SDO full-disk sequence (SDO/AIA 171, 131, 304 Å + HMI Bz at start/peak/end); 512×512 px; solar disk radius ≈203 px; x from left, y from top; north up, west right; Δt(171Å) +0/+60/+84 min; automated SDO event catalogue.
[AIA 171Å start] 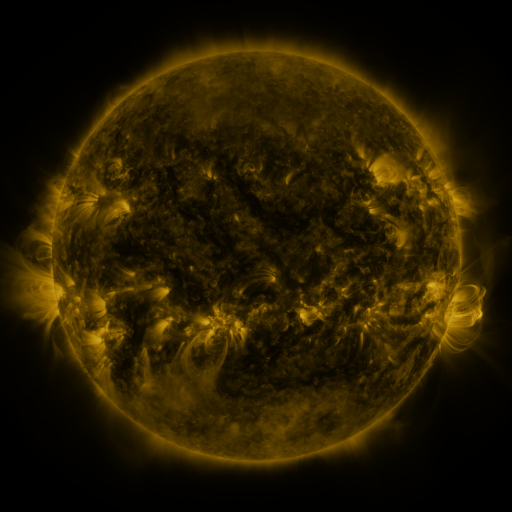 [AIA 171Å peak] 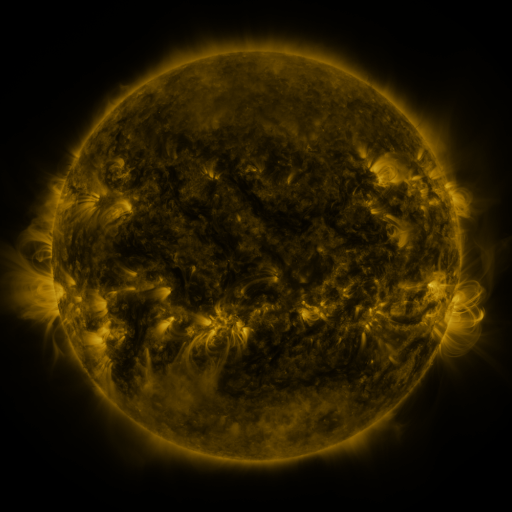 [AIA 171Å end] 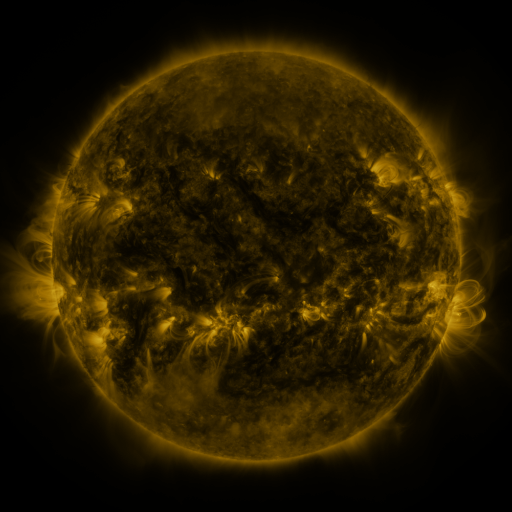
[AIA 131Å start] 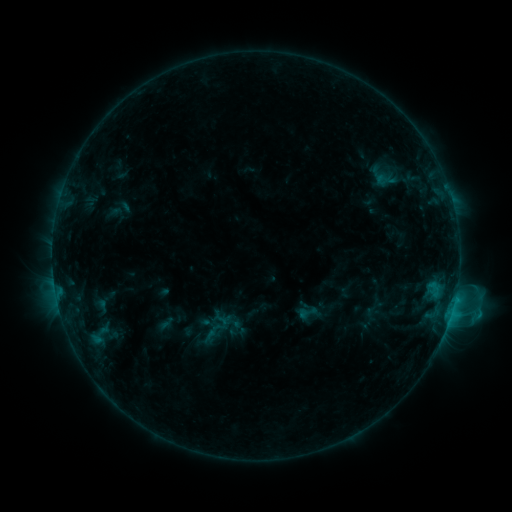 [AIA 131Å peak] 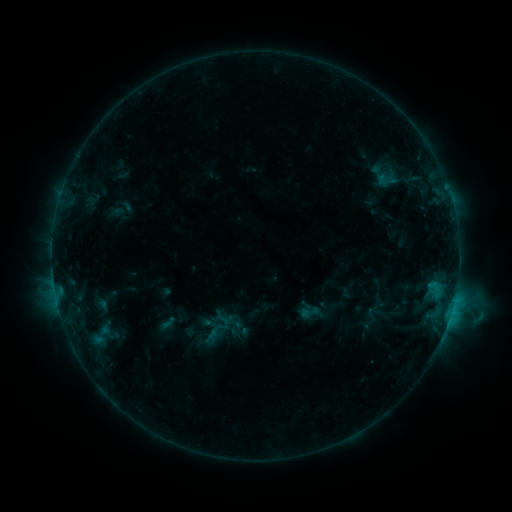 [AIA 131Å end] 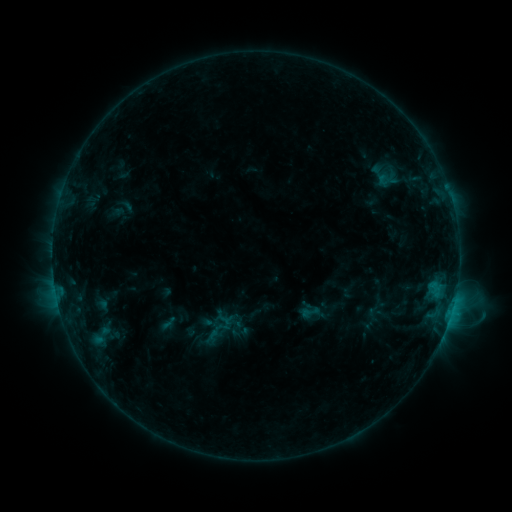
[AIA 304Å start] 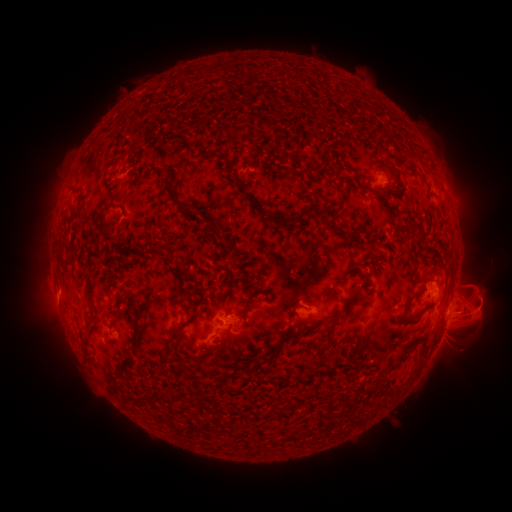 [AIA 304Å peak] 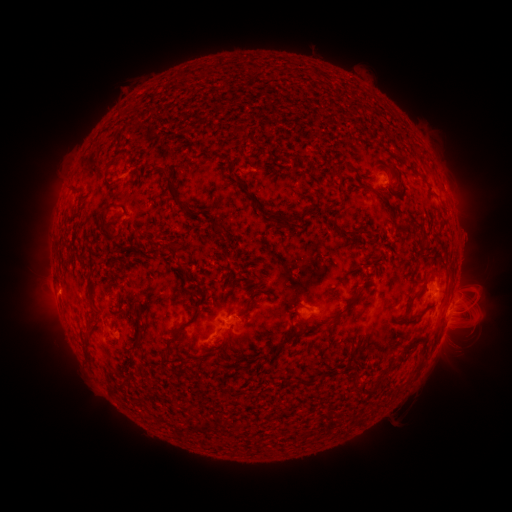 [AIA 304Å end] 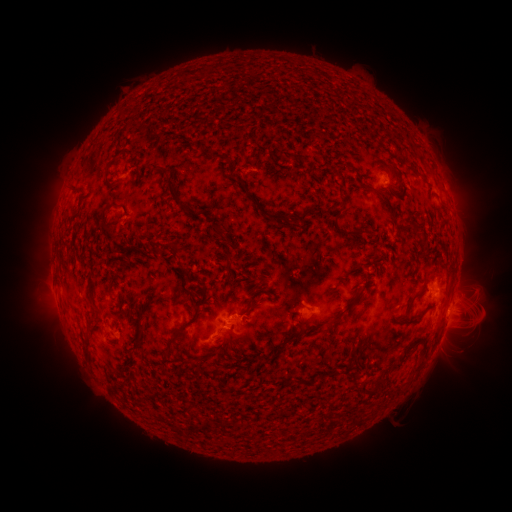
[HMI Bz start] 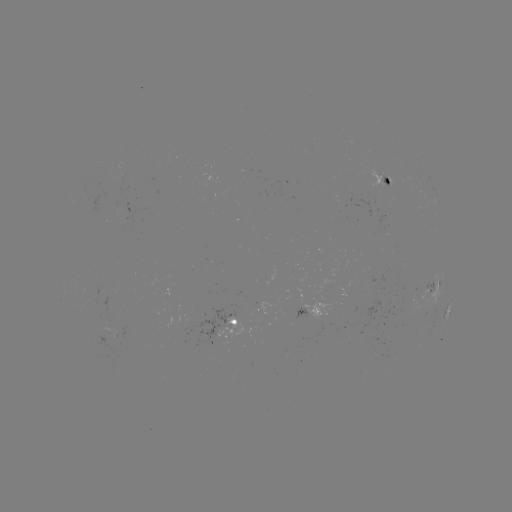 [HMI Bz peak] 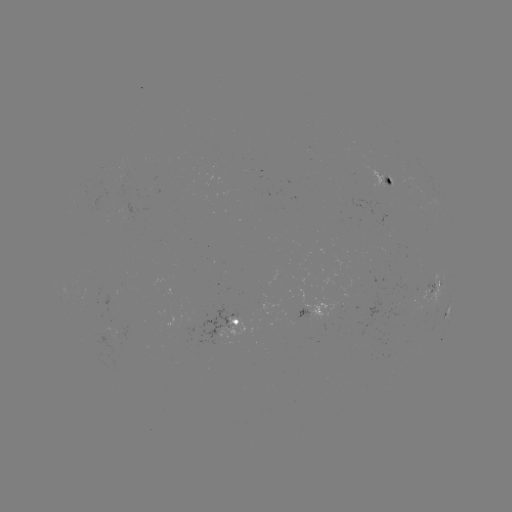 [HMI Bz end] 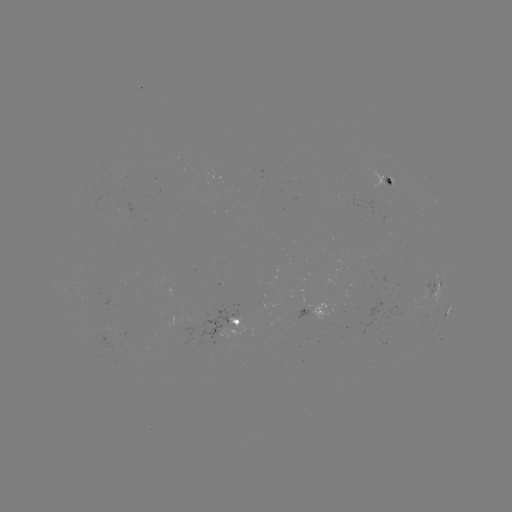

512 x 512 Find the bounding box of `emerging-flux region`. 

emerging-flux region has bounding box [191, 309, 252, 343].